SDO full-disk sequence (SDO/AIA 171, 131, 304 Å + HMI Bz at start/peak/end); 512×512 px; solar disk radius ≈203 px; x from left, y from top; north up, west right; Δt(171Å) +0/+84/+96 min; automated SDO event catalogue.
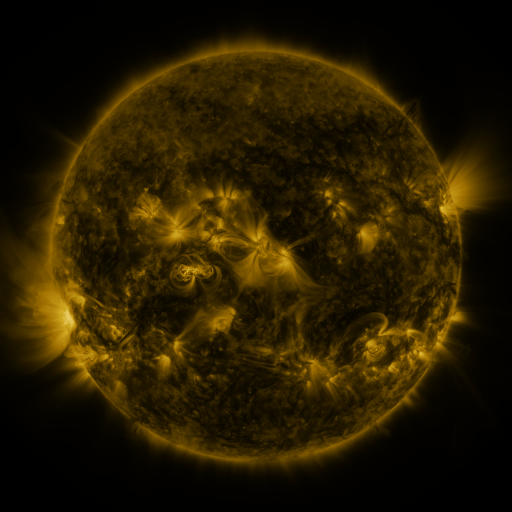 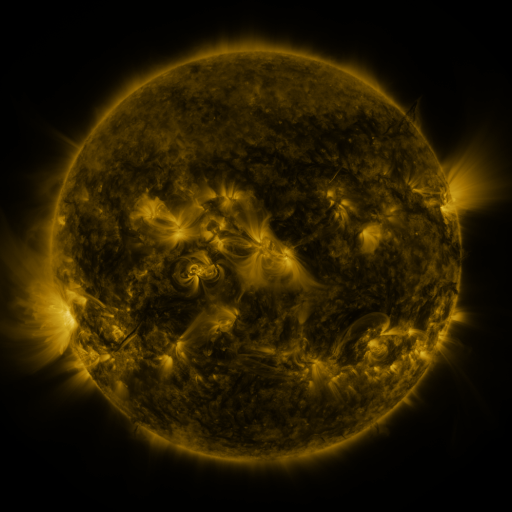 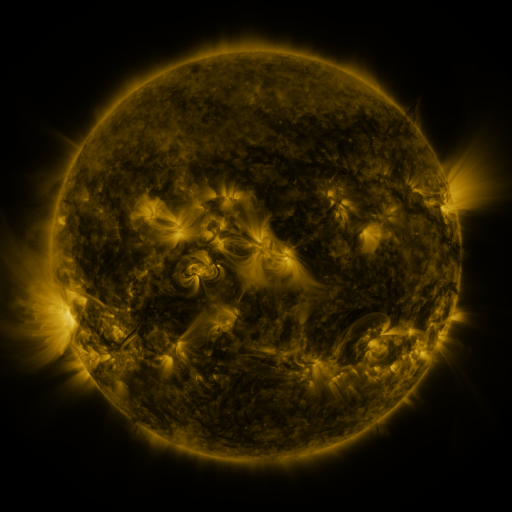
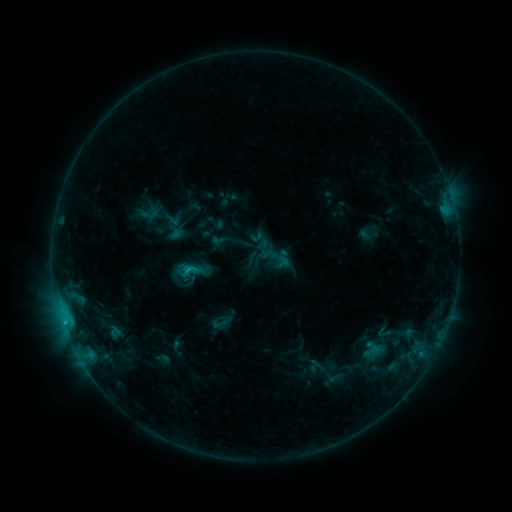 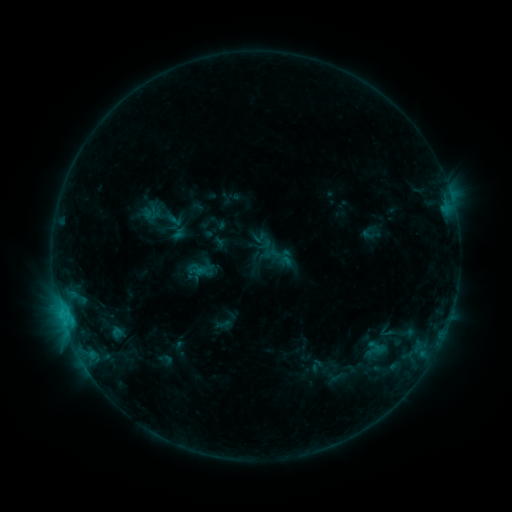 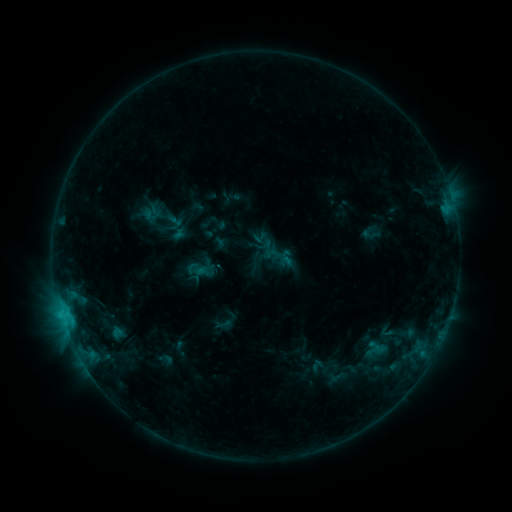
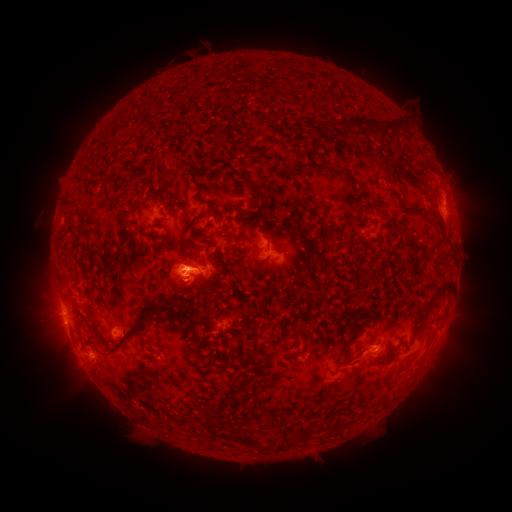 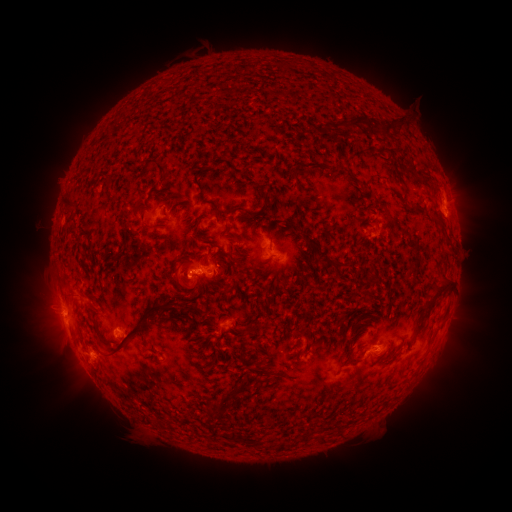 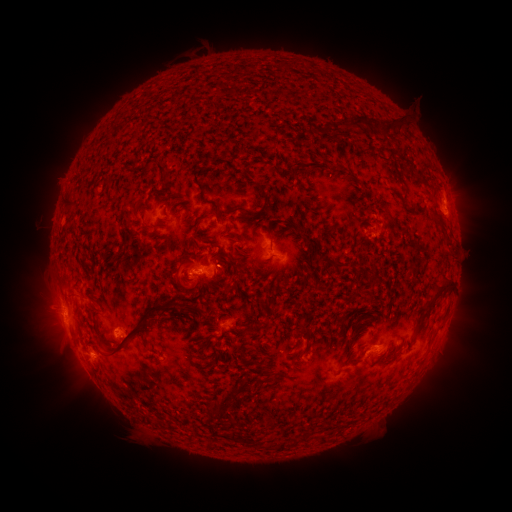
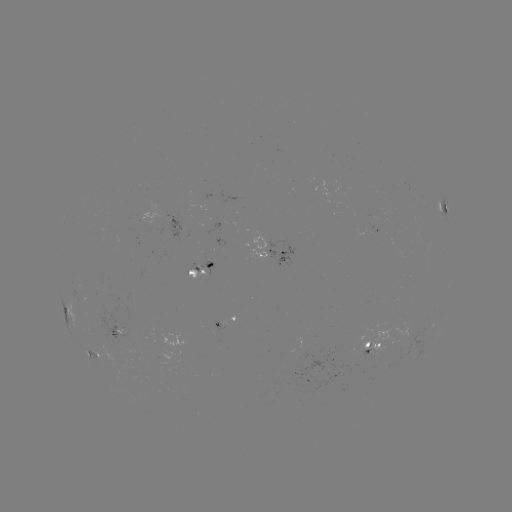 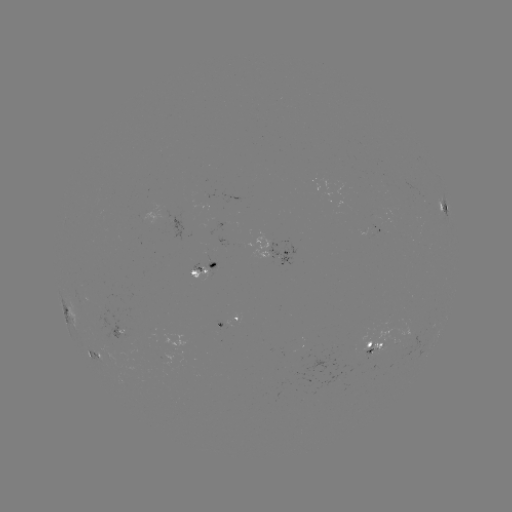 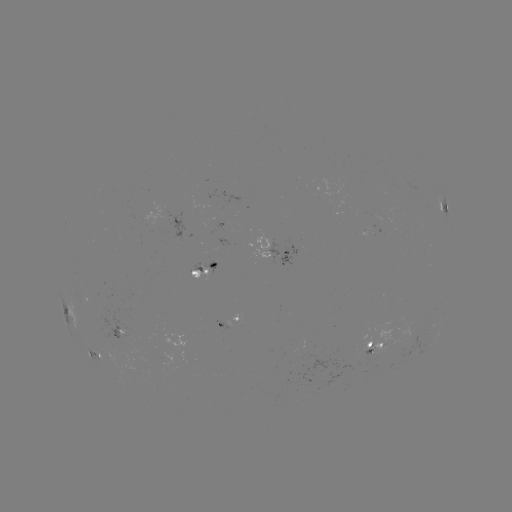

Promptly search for emerging-flux region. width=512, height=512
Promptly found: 374,345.